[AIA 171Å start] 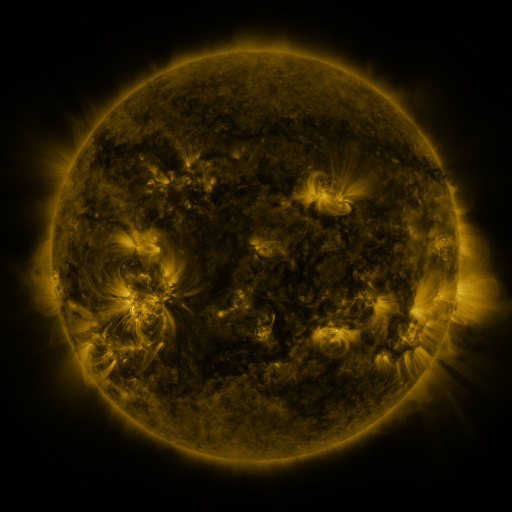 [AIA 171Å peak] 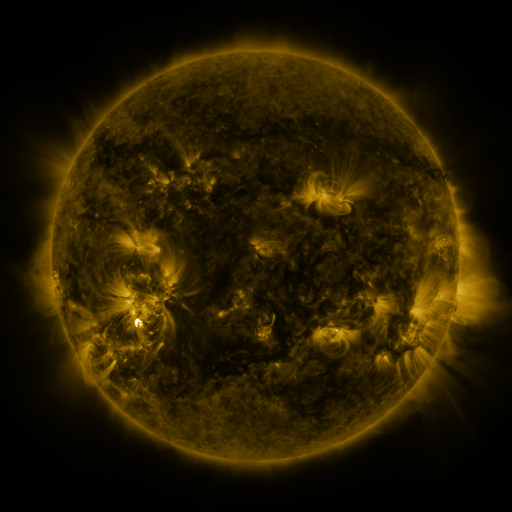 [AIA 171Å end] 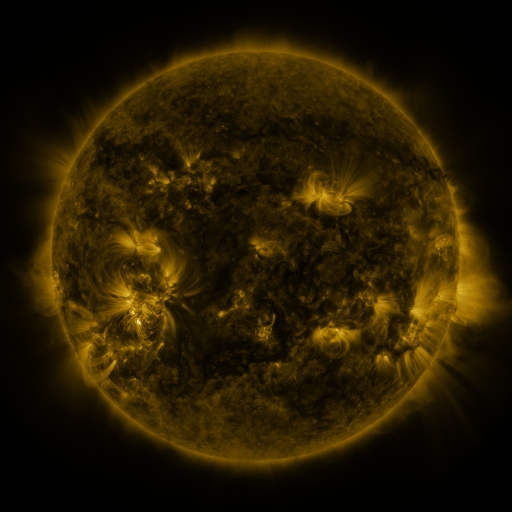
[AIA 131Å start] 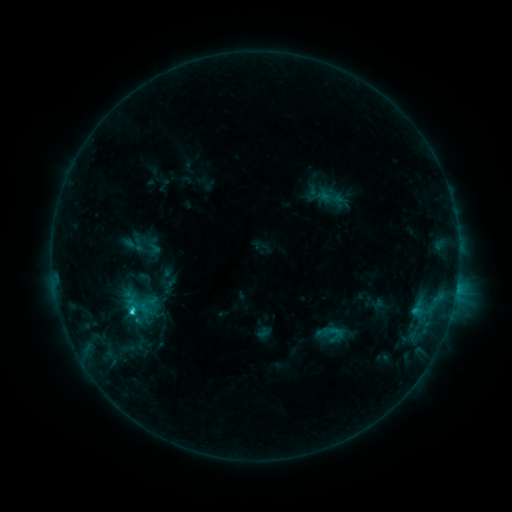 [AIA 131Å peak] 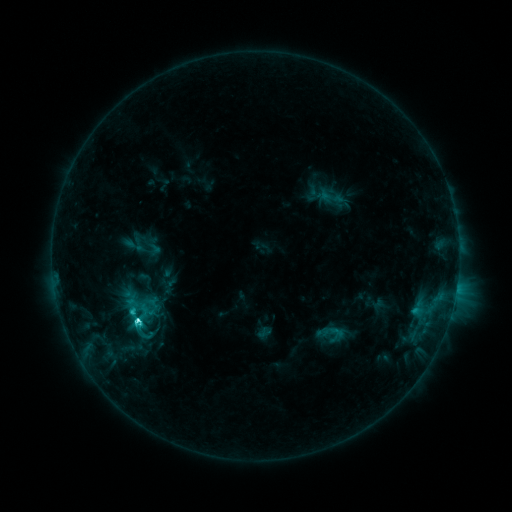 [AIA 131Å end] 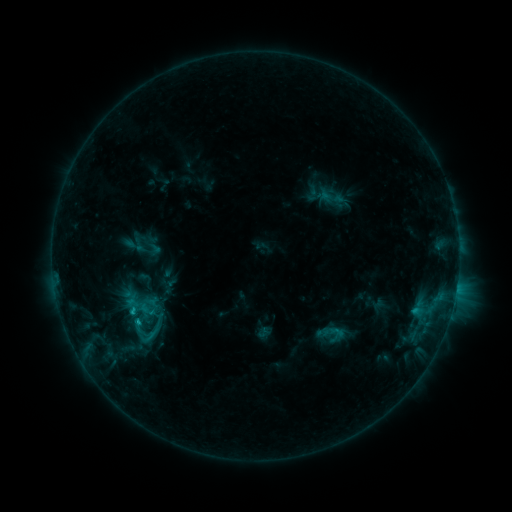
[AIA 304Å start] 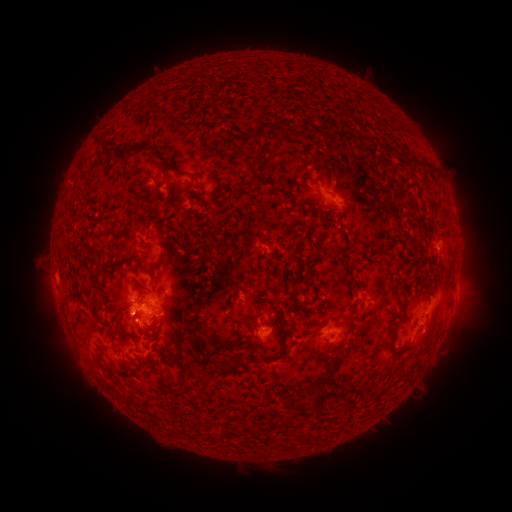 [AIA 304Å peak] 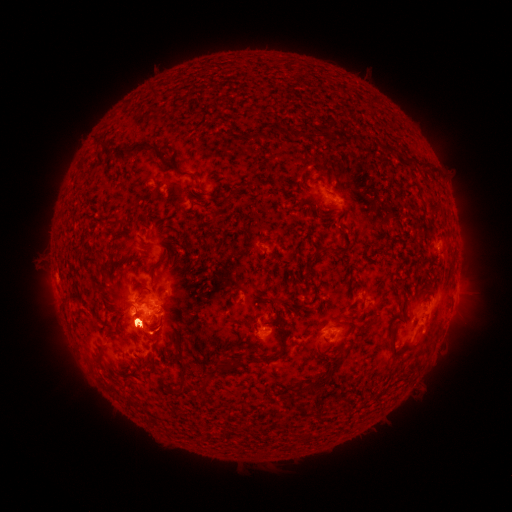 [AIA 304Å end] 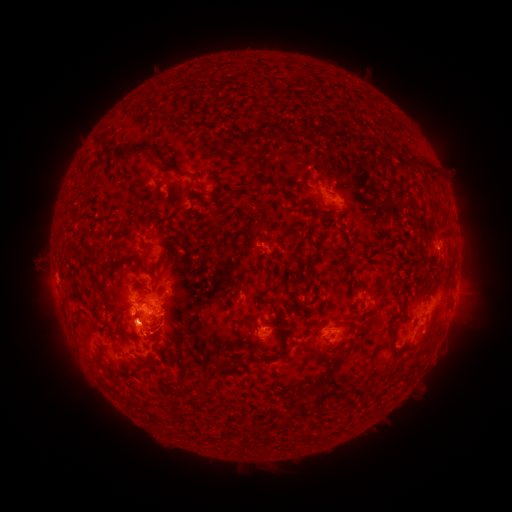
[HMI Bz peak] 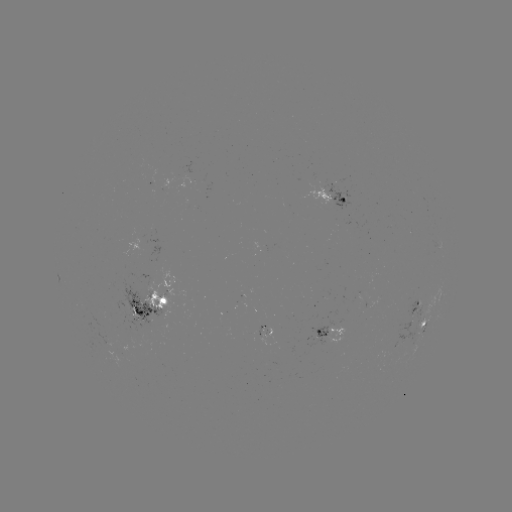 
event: flare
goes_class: C3.8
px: (137, 319)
